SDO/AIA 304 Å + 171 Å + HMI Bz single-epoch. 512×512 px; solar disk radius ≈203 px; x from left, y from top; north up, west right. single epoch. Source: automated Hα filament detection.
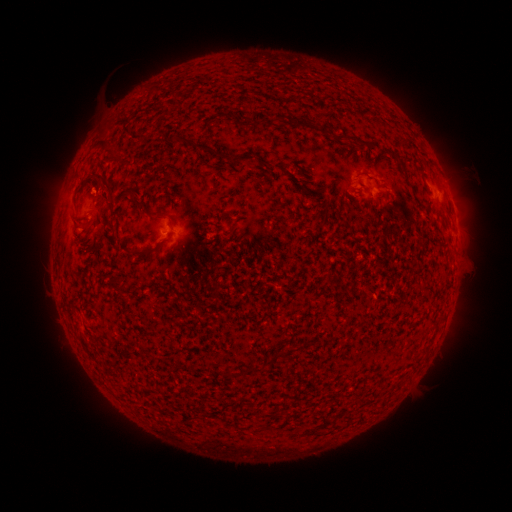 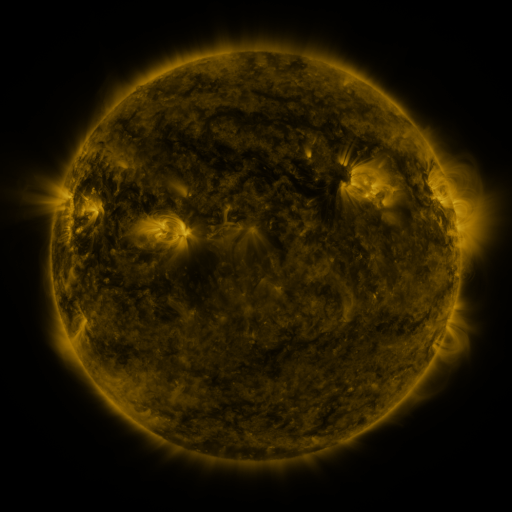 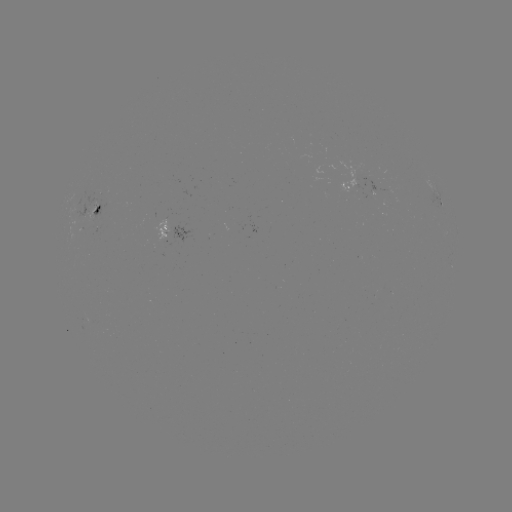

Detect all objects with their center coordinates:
filament: (300, 121)
filament: (345, 138)
filament: (108, 147)
filament: (204, 147)
filament: (239, 159)
filament: (105, 178)
filament: (141, 203)
filament: (97, 209)
filament: (156, 213)
filament: (76, 219)
filament: (113, 224)
filament: (142, 253)
filament: (363, 322)
